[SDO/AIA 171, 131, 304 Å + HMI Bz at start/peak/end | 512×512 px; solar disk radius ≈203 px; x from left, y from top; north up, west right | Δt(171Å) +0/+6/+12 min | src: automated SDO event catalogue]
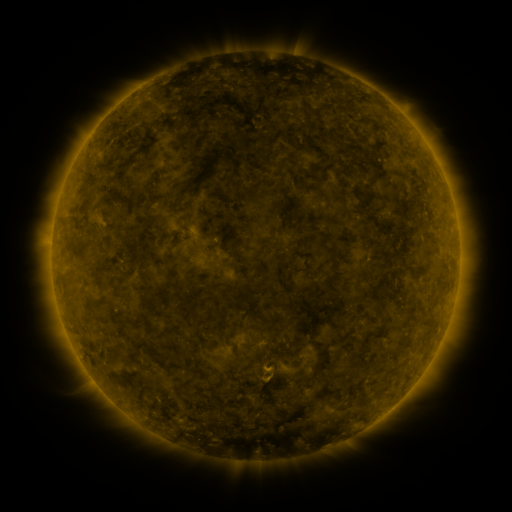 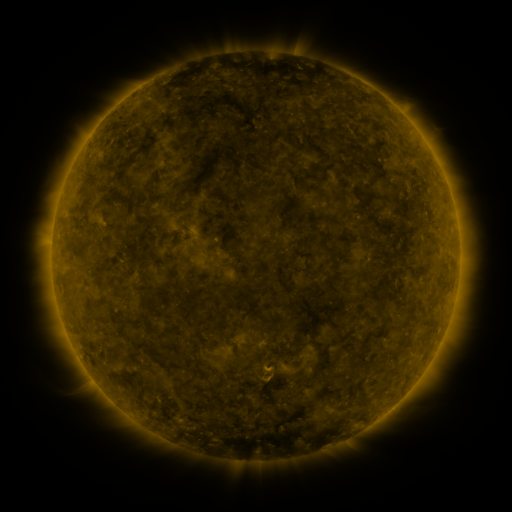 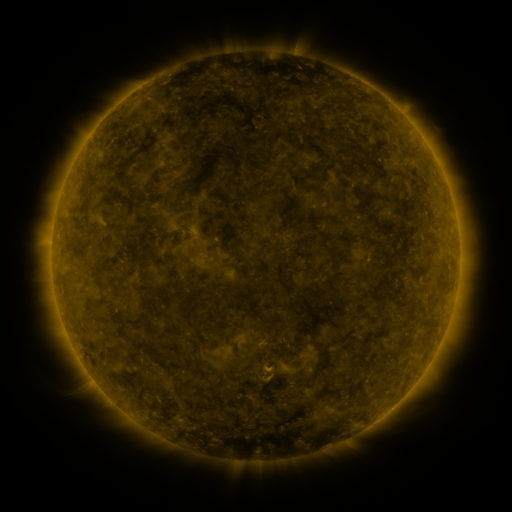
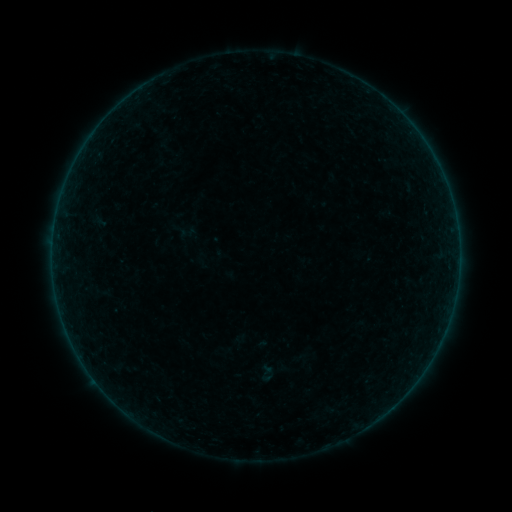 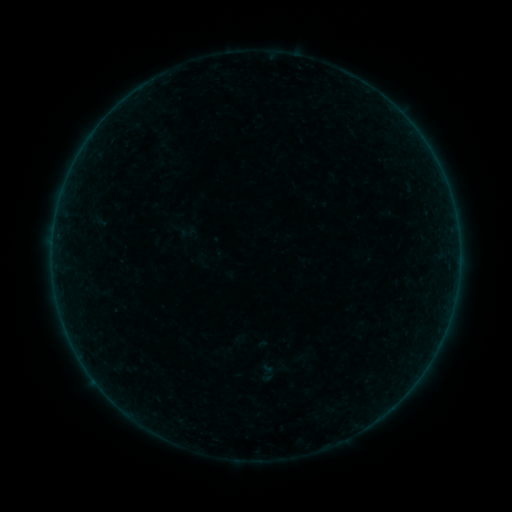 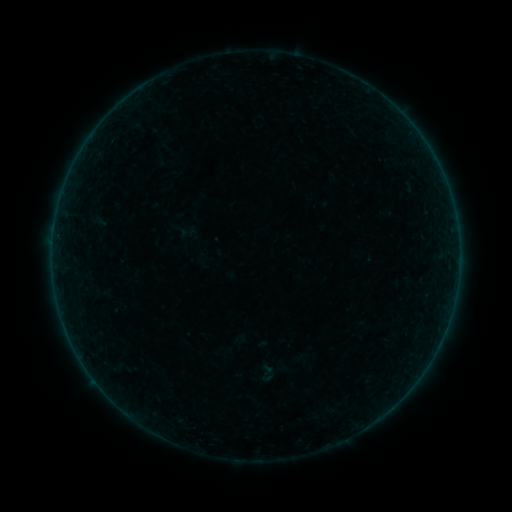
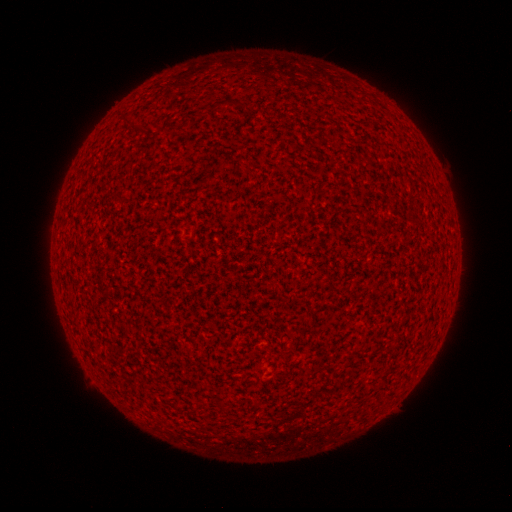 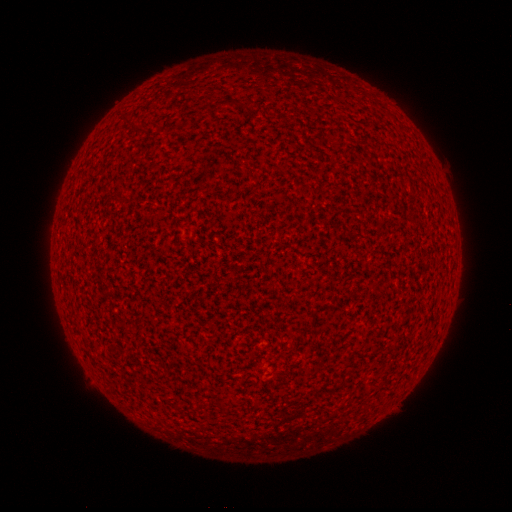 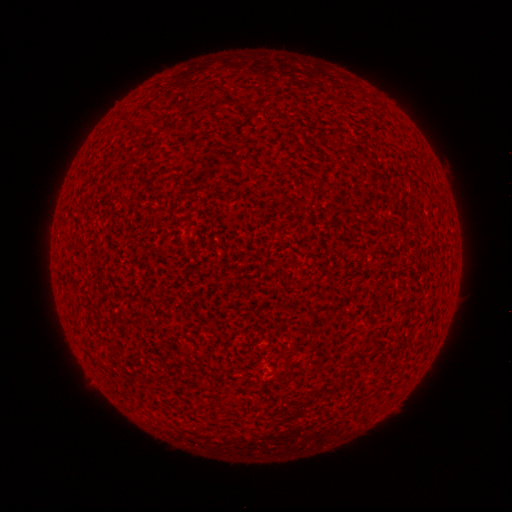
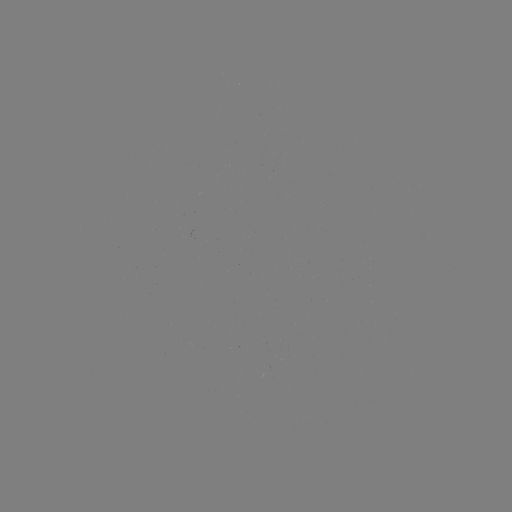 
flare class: A1.1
